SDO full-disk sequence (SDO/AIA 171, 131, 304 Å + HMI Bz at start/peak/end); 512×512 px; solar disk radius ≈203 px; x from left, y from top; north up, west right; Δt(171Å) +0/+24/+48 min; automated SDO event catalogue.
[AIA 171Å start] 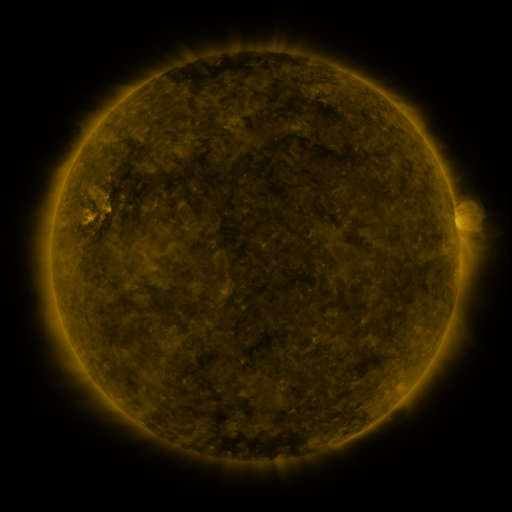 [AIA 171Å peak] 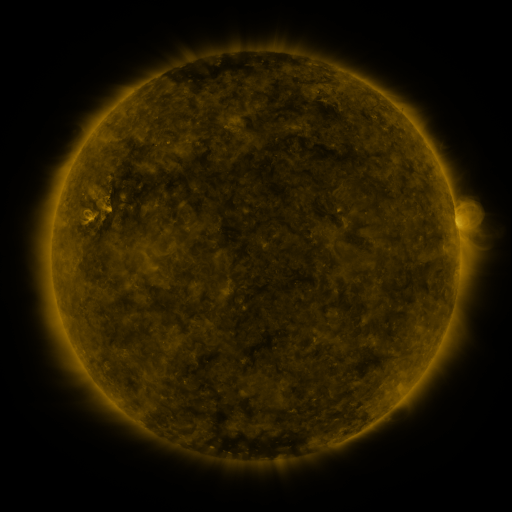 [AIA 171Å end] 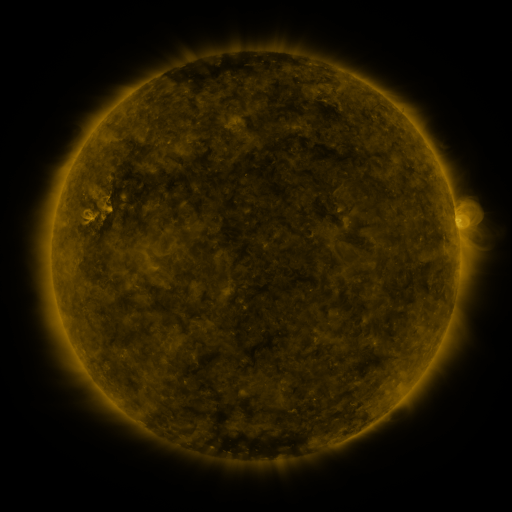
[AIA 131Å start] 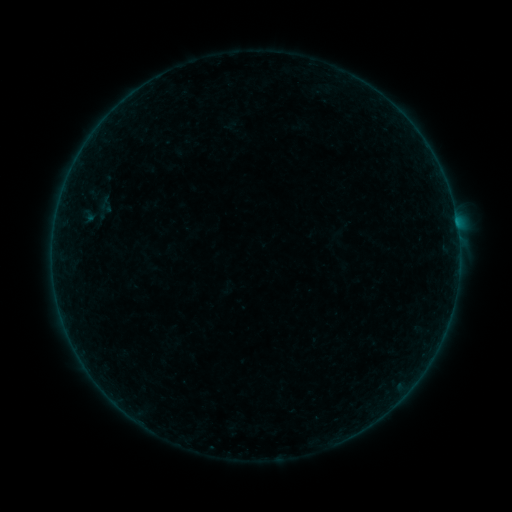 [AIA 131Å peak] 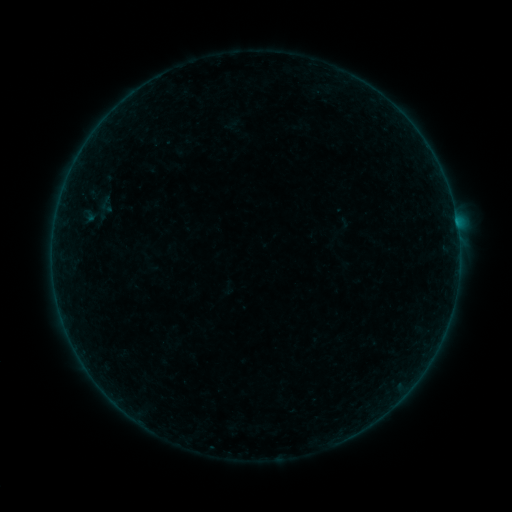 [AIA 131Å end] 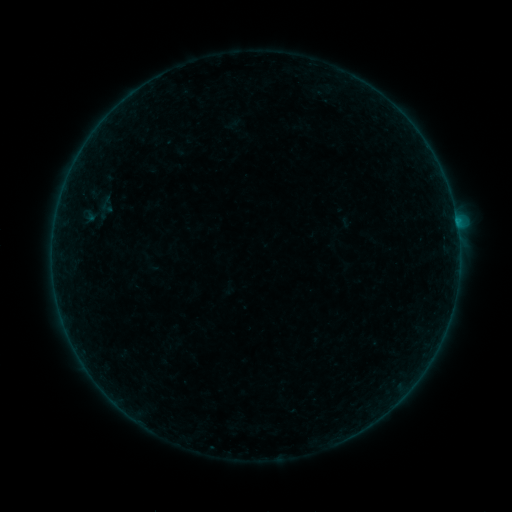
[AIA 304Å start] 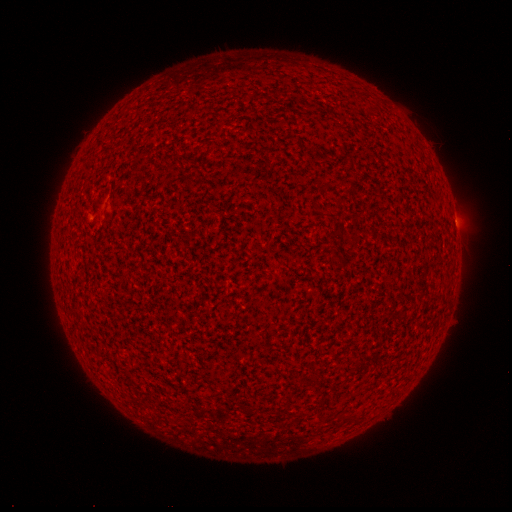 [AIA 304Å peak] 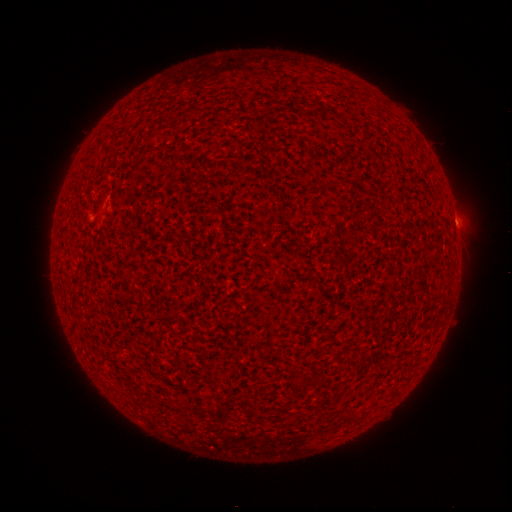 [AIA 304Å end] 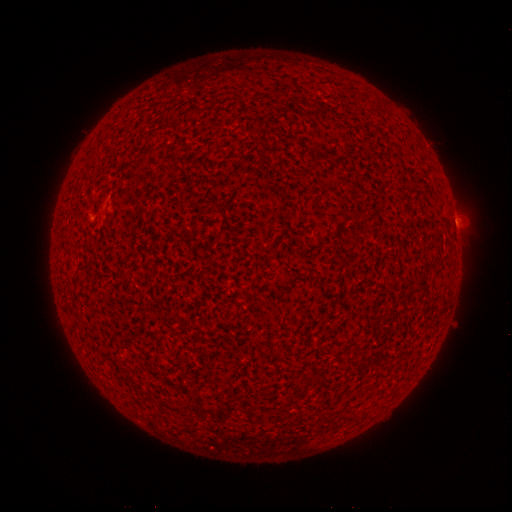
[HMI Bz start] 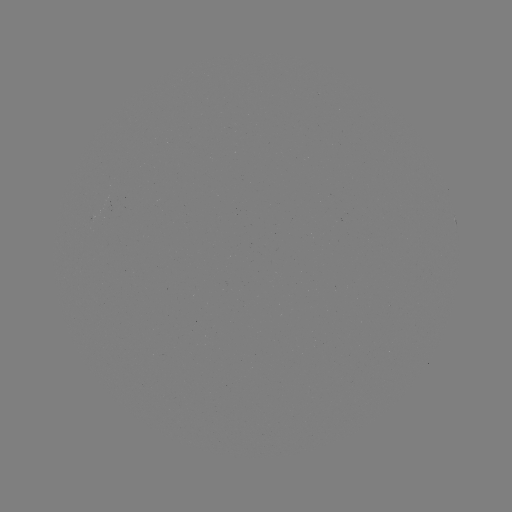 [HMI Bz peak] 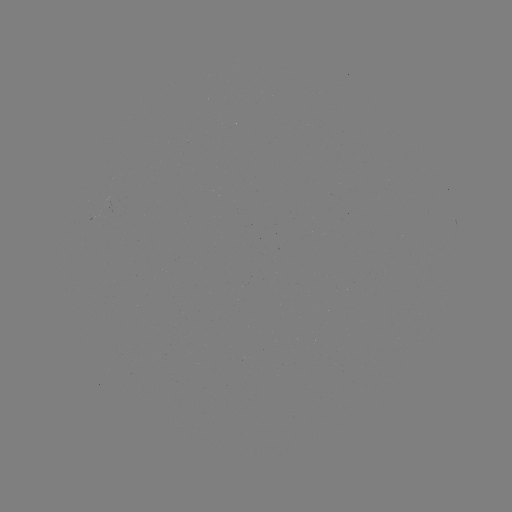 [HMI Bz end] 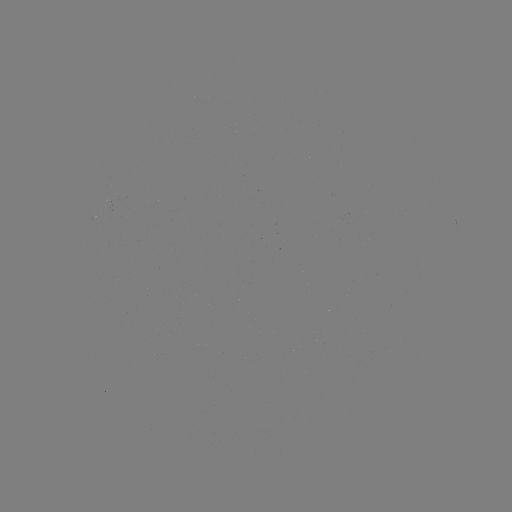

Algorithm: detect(A7.9 flare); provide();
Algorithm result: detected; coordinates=(456, 224)